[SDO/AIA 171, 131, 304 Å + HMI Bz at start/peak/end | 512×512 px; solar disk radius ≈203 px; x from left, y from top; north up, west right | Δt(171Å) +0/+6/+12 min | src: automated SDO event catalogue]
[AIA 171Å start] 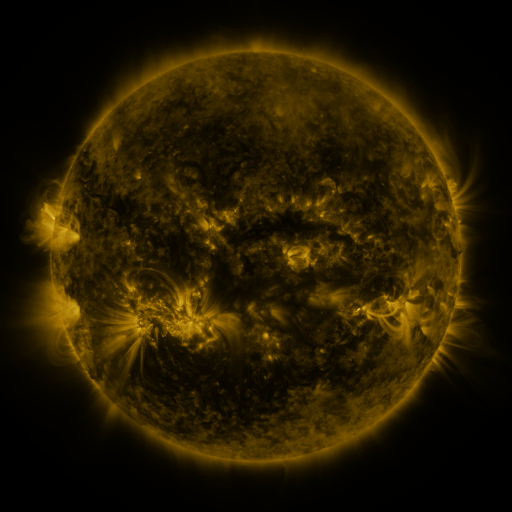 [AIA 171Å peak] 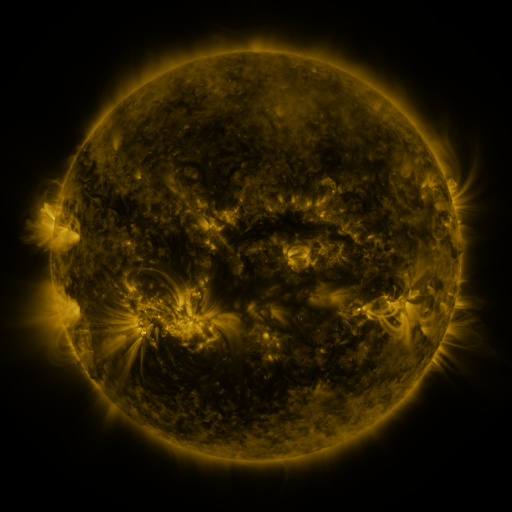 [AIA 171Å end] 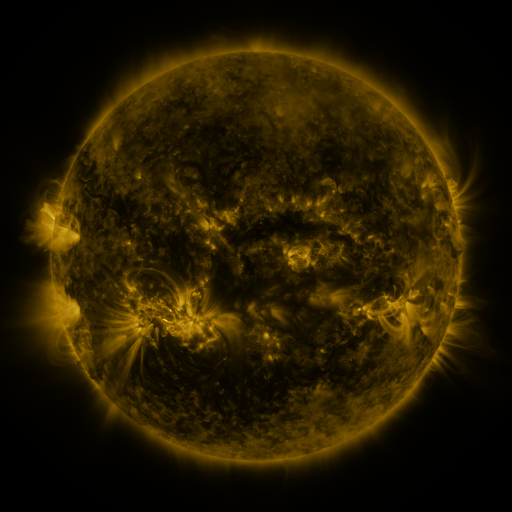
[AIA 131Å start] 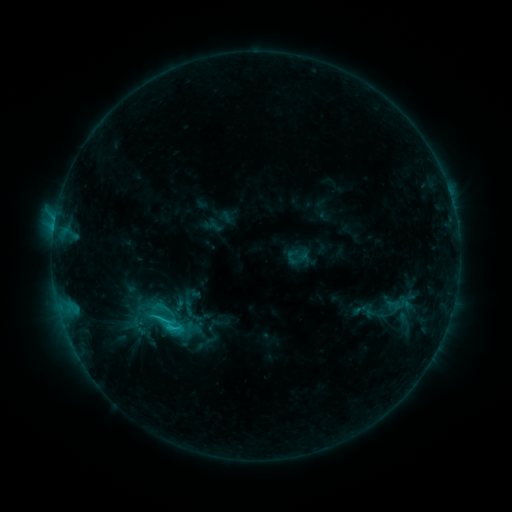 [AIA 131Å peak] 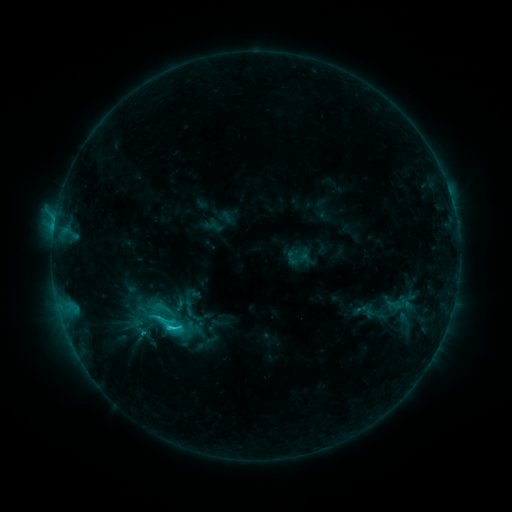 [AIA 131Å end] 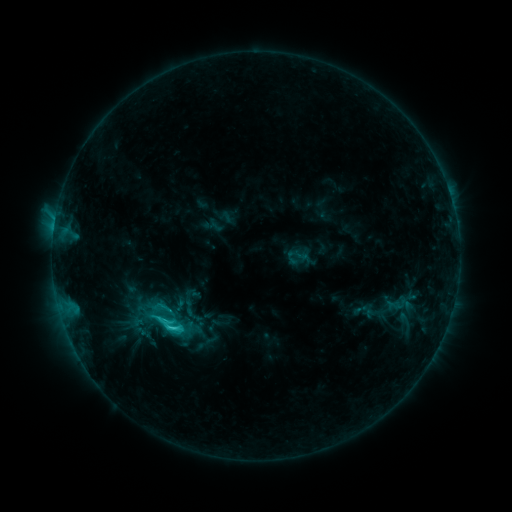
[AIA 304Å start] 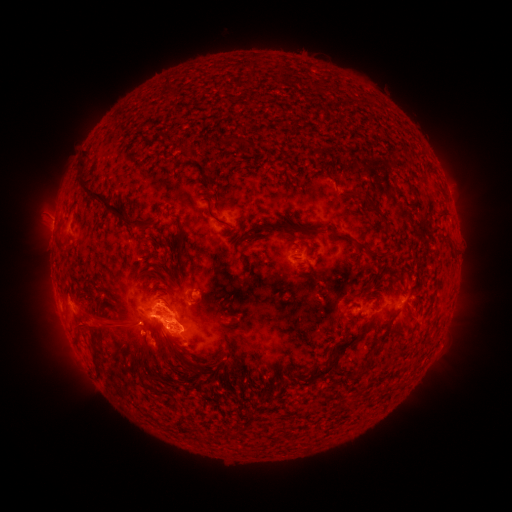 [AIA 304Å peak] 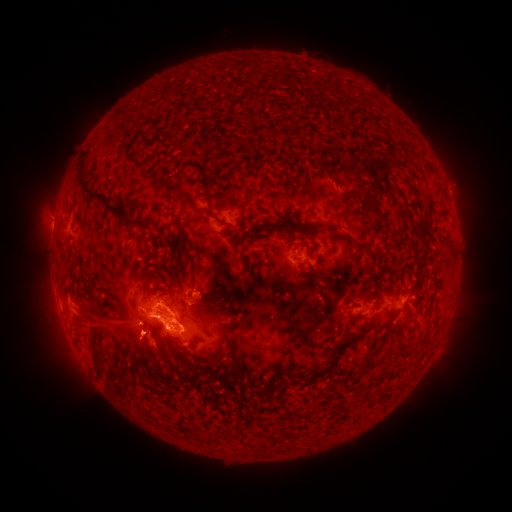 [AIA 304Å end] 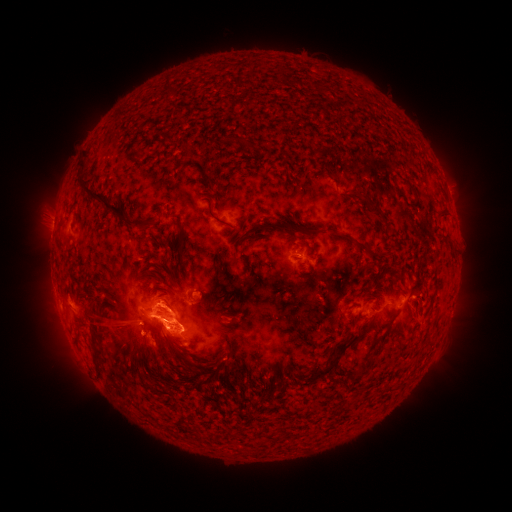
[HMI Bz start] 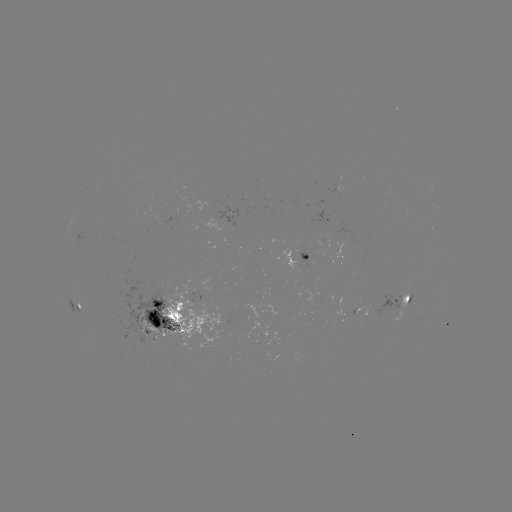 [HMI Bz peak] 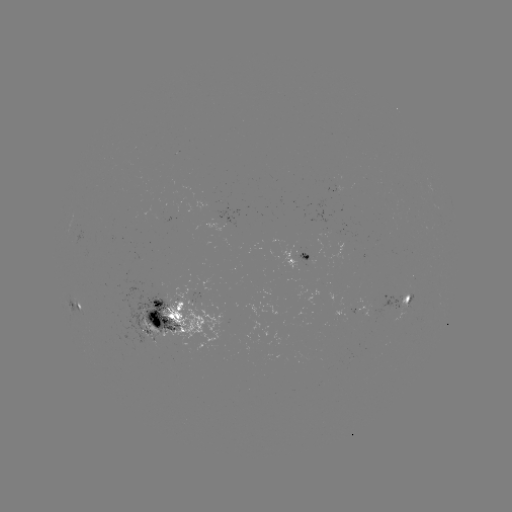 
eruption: <bbox>99, 313, 161, 368</bbox>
